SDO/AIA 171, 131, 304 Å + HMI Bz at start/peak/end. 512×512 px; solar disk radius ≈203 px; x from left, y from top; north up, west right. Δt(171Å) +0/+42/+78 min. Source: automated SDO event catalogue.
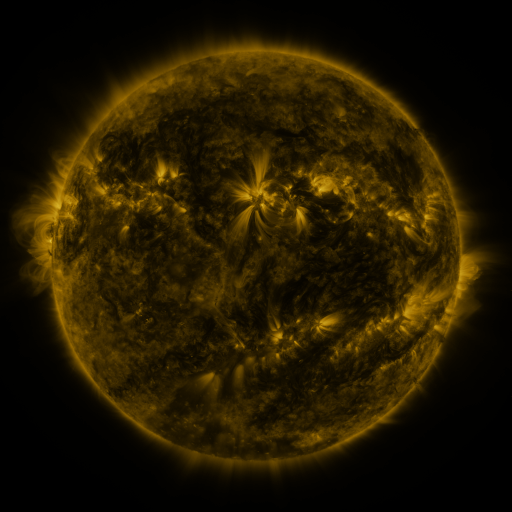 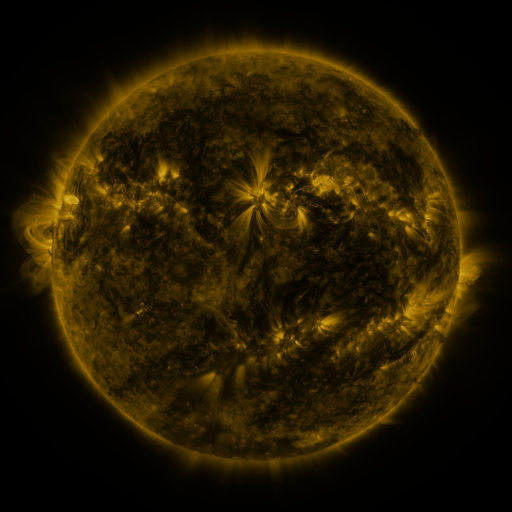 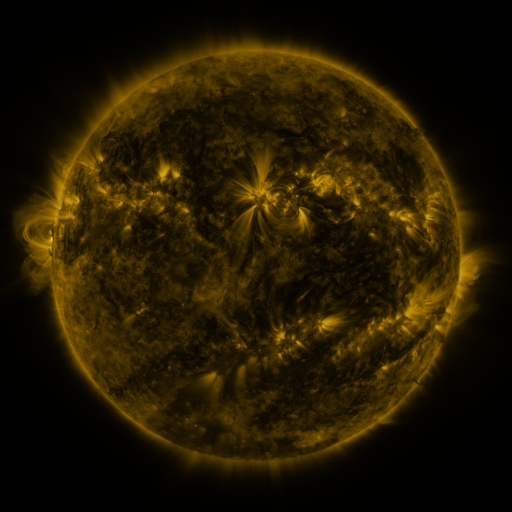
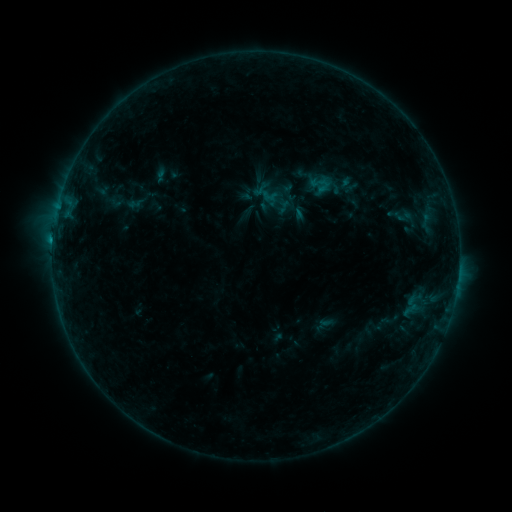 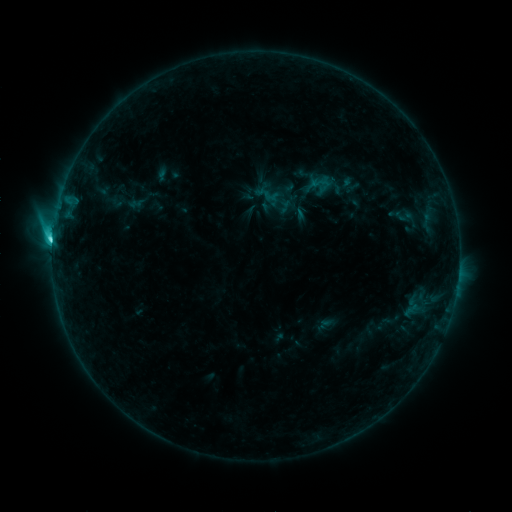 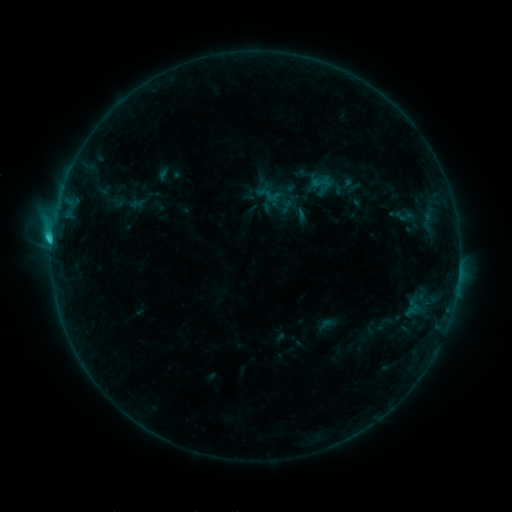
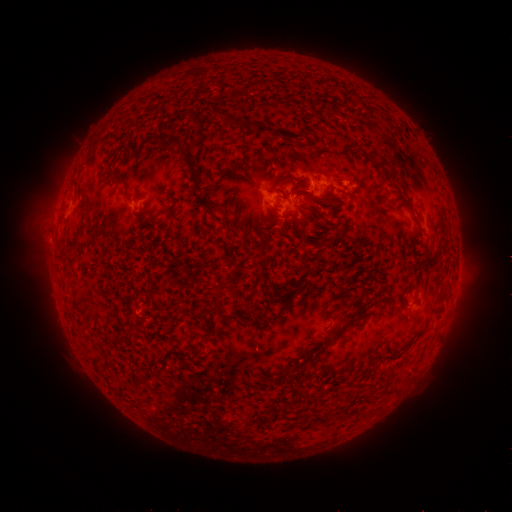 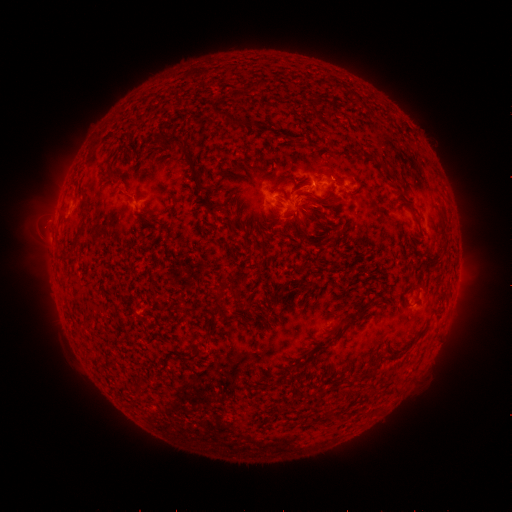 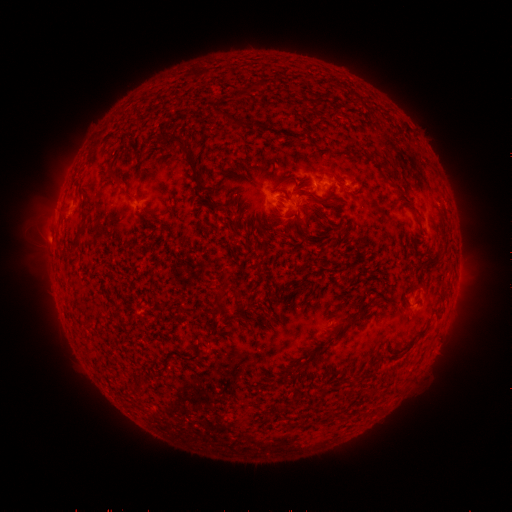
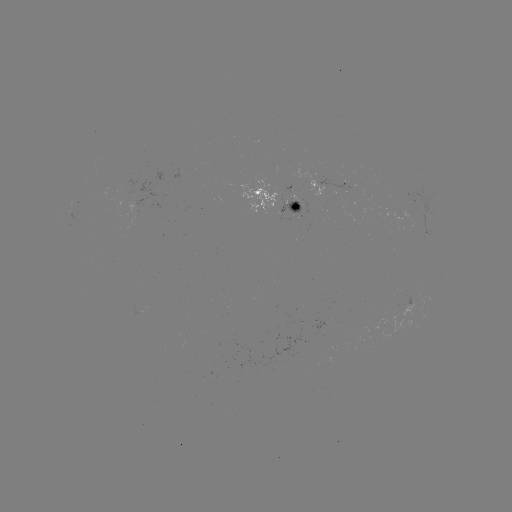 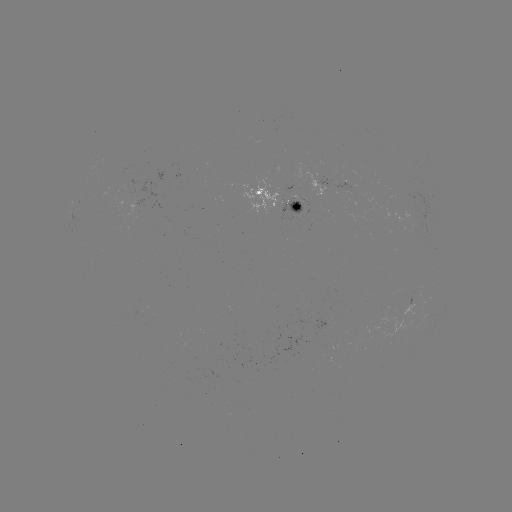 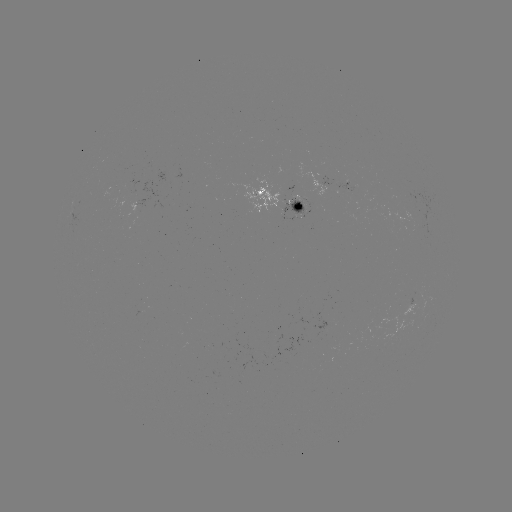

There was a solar flare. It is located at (309, 188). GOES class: C4.5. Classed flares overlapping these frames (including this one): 1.